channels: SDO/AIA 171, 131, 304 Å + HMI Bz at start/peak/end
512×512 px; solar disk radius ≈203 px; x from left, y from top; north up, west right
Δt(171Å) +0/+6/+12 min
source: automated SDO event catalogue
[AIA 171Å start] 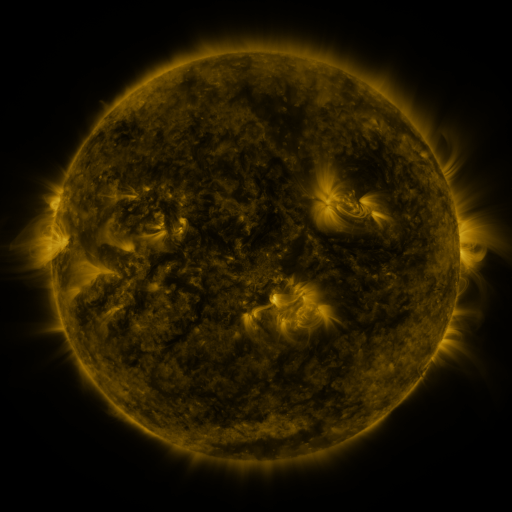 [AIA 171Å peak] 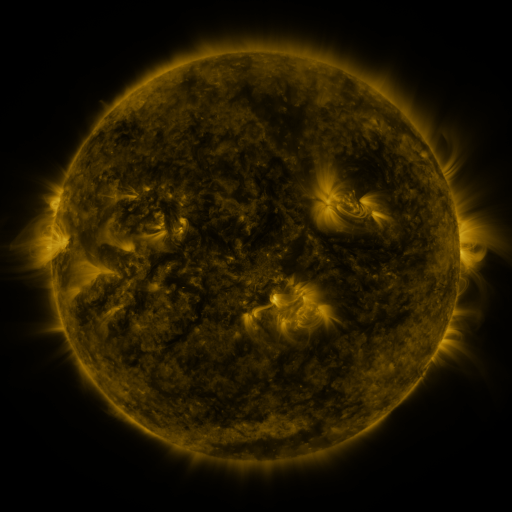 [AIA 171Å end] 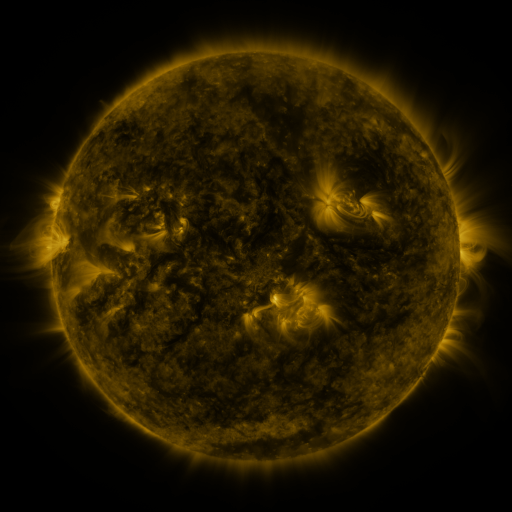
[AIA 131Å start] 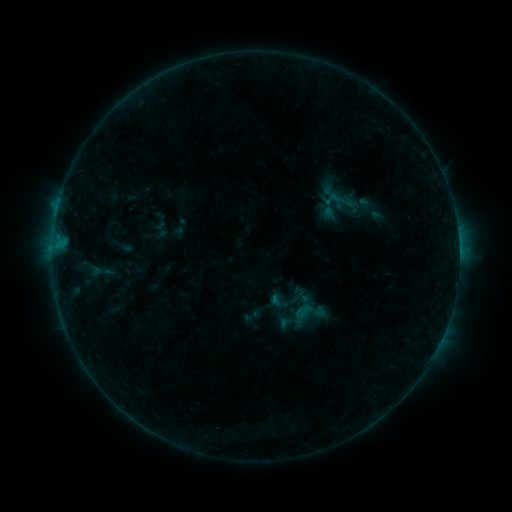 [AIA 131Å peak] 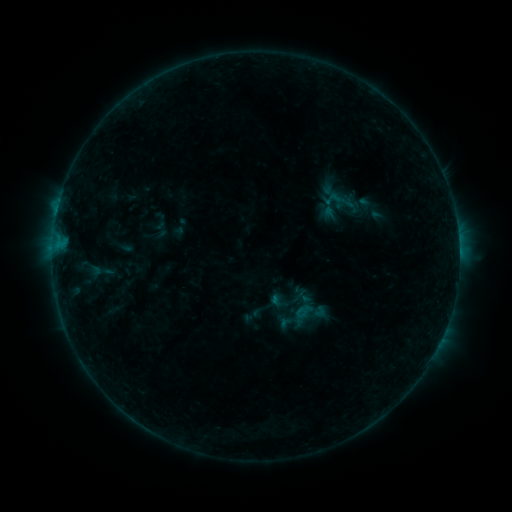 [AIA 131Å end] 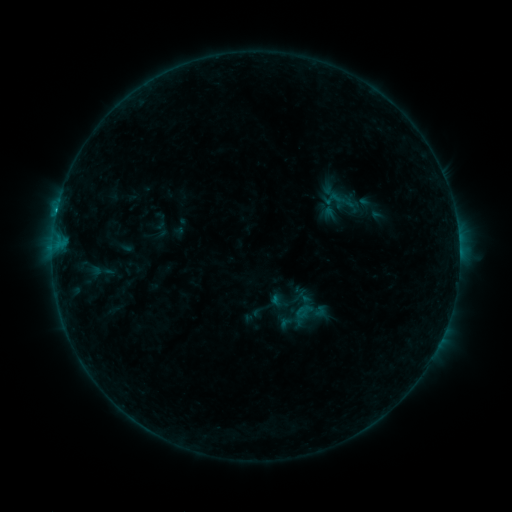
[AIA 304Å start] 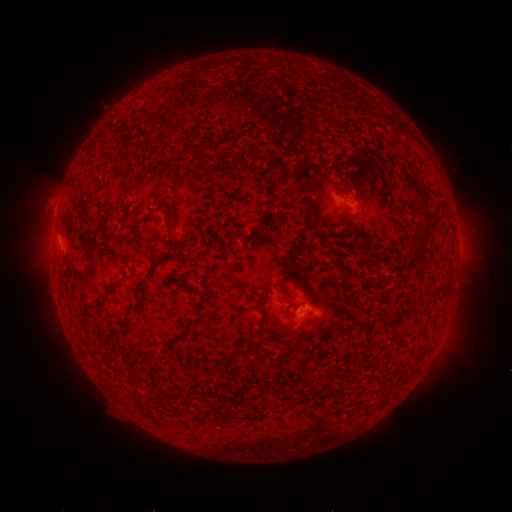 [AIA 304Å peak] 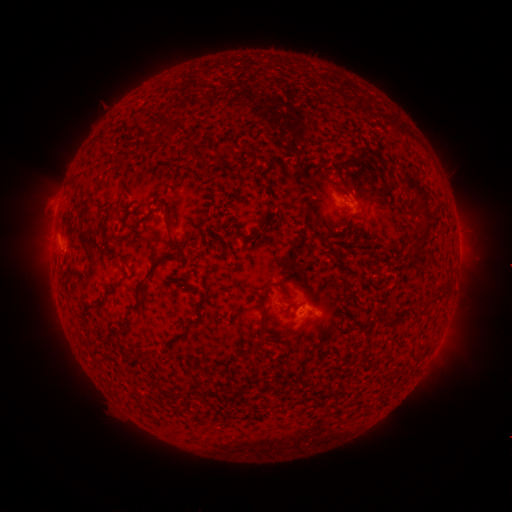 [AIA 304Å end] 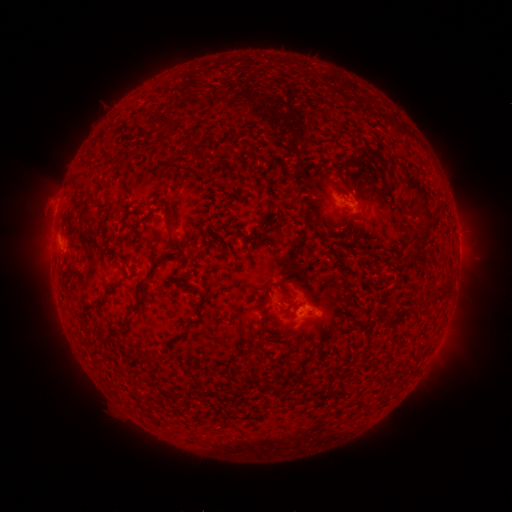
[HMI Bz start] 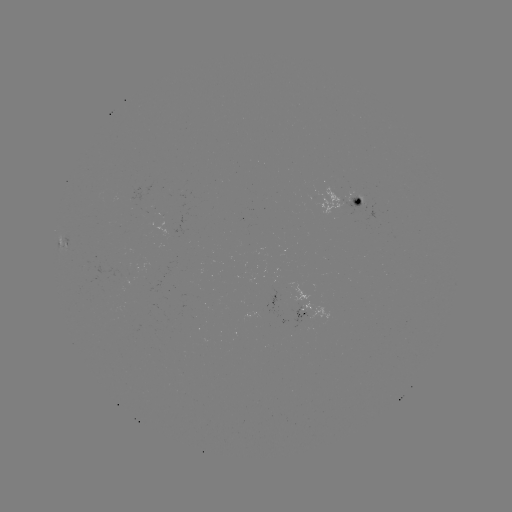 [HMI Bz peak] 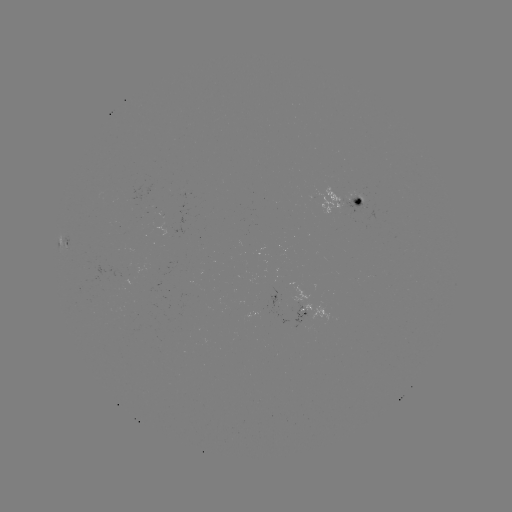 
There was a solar flare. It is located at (273, 295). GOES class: B5.6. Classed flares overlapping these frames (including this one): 1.